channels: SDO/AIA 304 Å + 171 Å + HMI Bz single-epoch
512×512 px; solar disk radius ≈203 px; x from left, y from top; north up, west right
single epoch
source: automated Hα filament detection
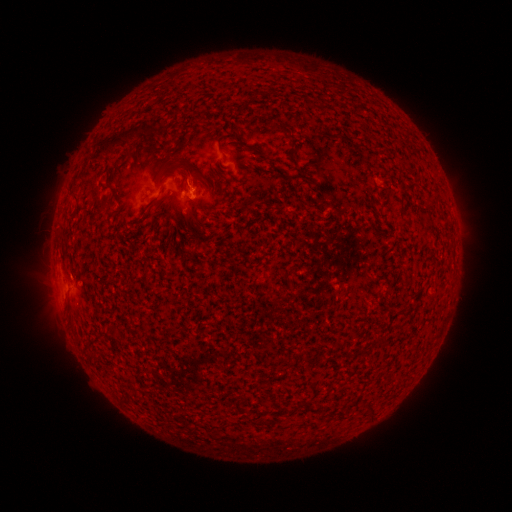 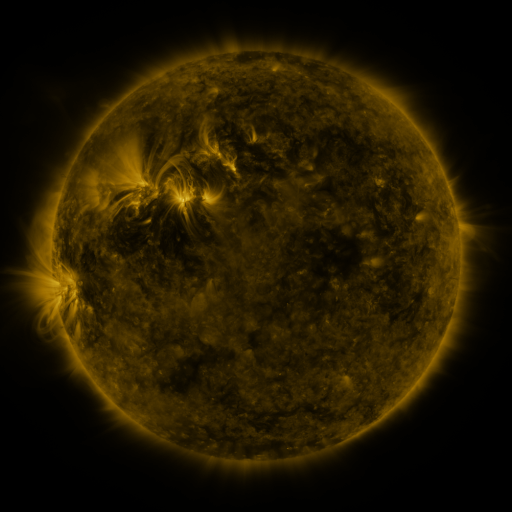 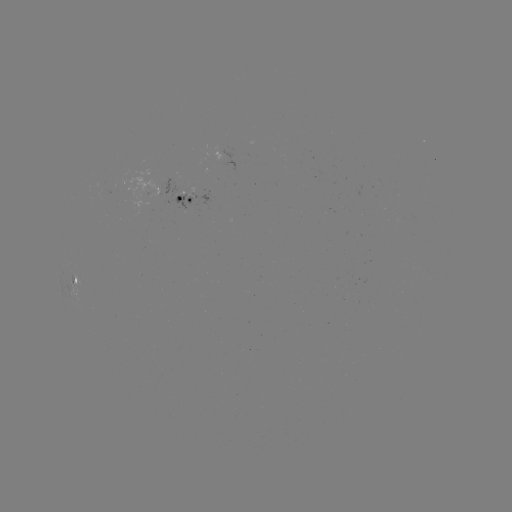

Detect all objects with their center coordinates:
filament: <bbox>92, 125, 141, 162</bbox>
filament: <bbox>186, 164, 198, 175</bbox>
filament: <bbox>104, 177, 120, 203</bbox>
filament: <bbox>146, 196, 158, 207</bbox>
filament: <bbox>235, 397, 242, 411</bbox>
filament: <bbox>367, 404, 376, 416</bbox>
